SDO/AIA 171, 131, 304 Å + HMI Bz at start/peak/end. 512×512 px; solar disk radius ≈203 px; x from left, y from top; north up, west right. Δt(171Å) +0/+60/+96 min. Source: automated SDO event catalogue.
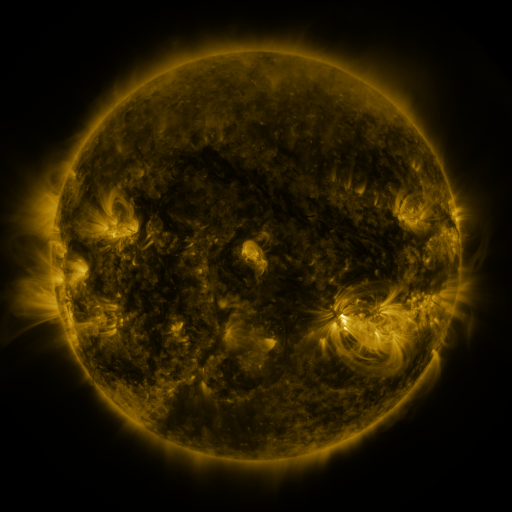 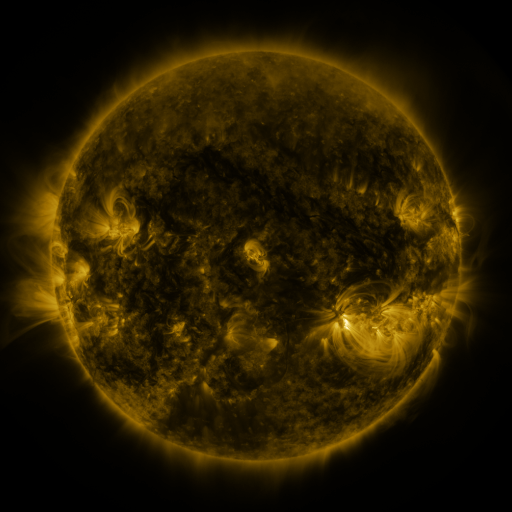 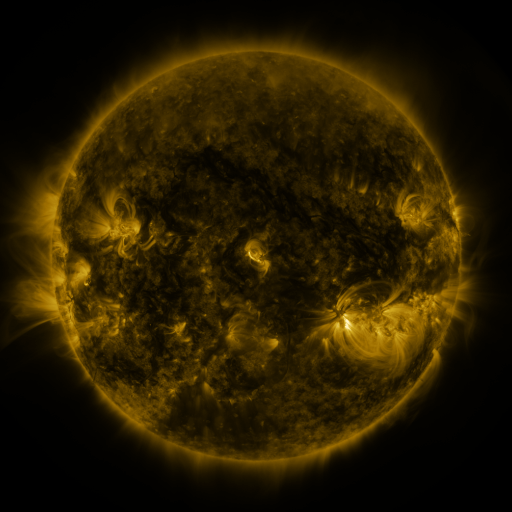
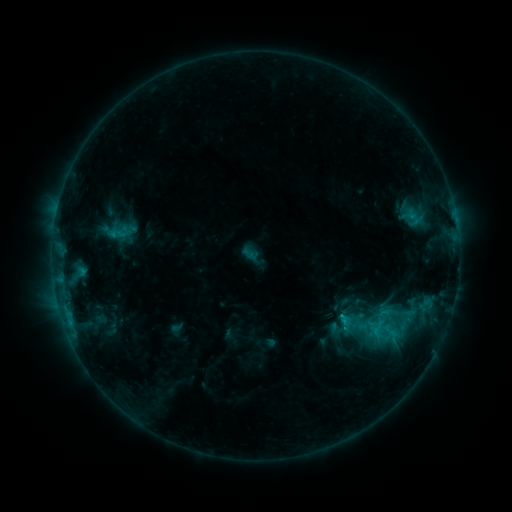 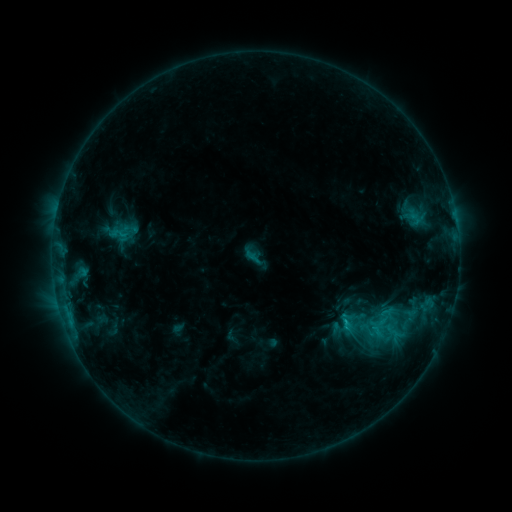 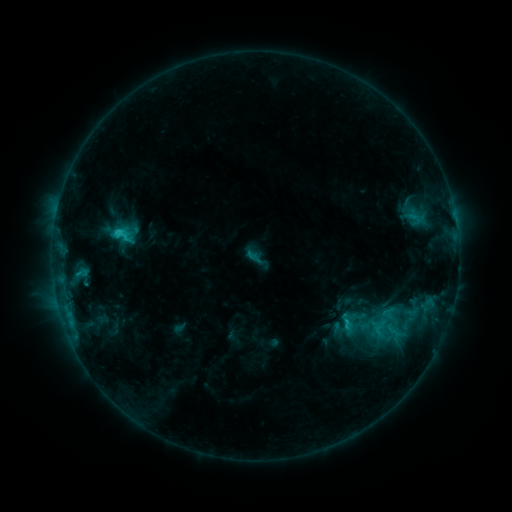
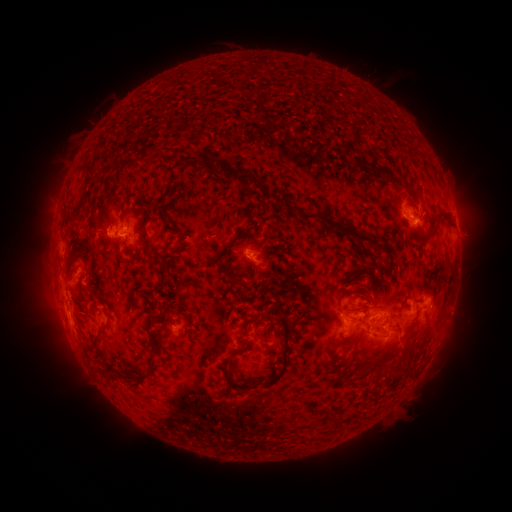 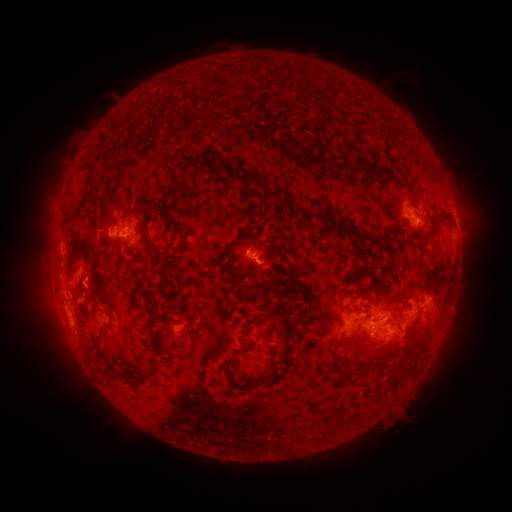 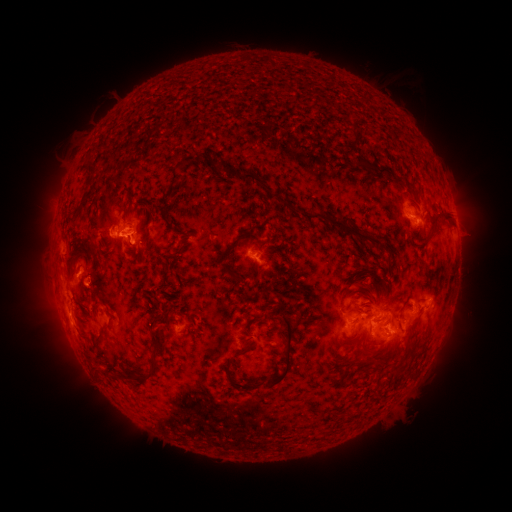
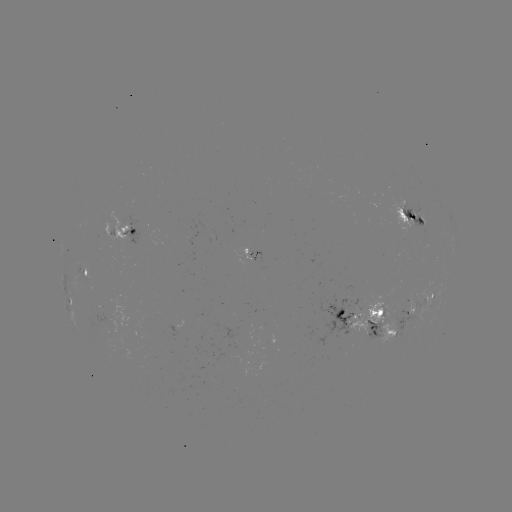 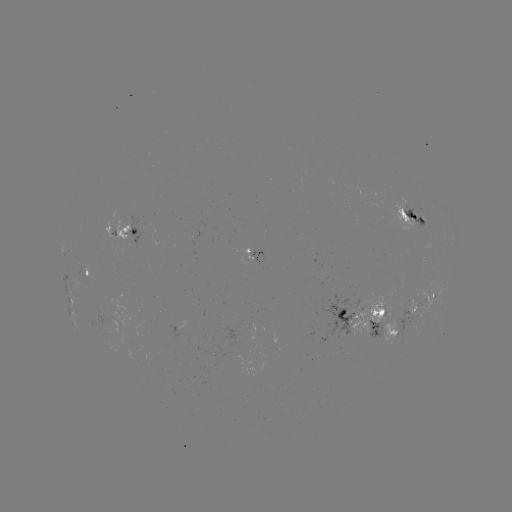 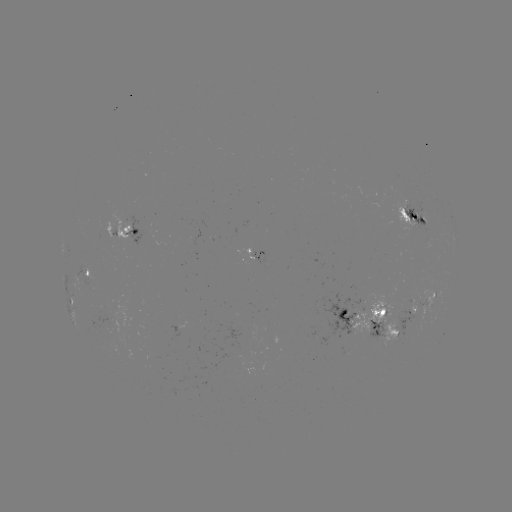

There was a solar emerging-flux region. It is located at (370, 310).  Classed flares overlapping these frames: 1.